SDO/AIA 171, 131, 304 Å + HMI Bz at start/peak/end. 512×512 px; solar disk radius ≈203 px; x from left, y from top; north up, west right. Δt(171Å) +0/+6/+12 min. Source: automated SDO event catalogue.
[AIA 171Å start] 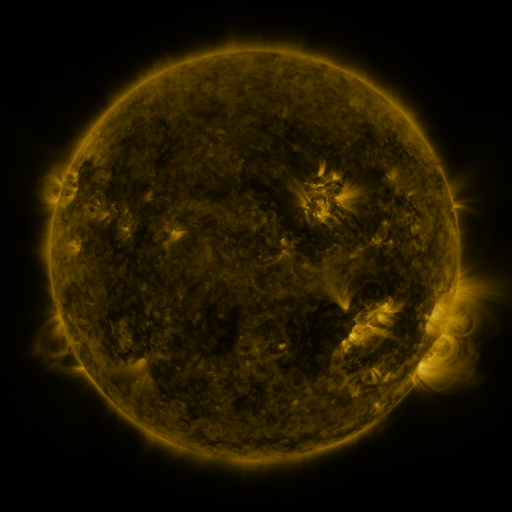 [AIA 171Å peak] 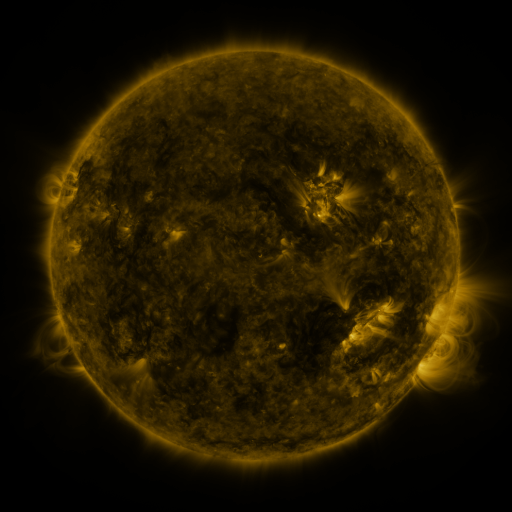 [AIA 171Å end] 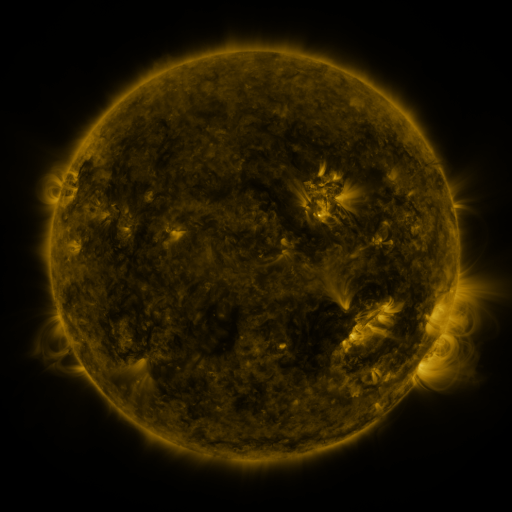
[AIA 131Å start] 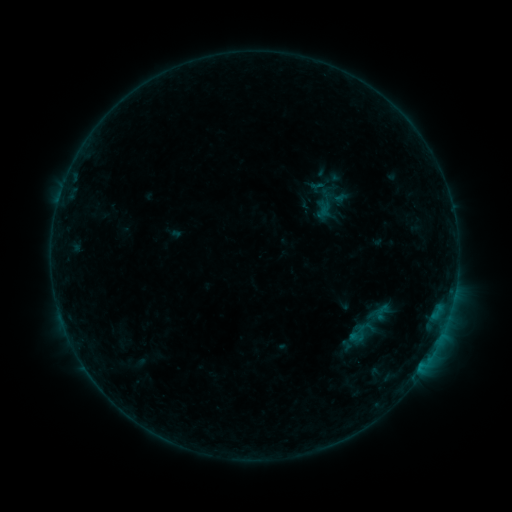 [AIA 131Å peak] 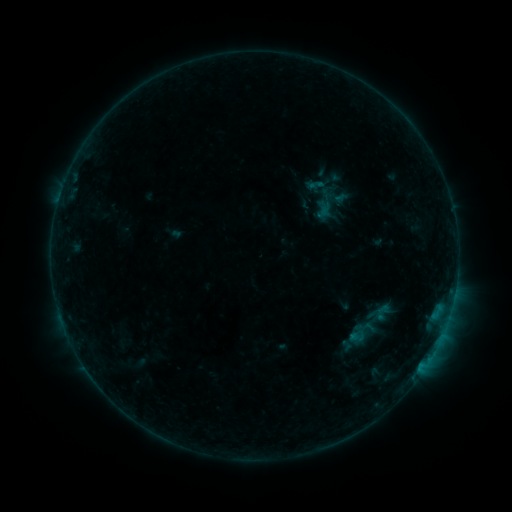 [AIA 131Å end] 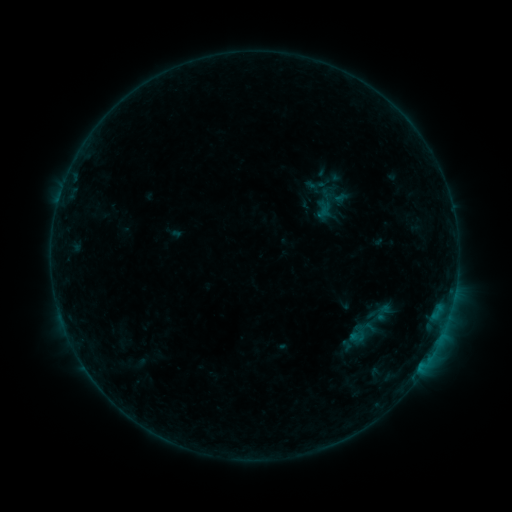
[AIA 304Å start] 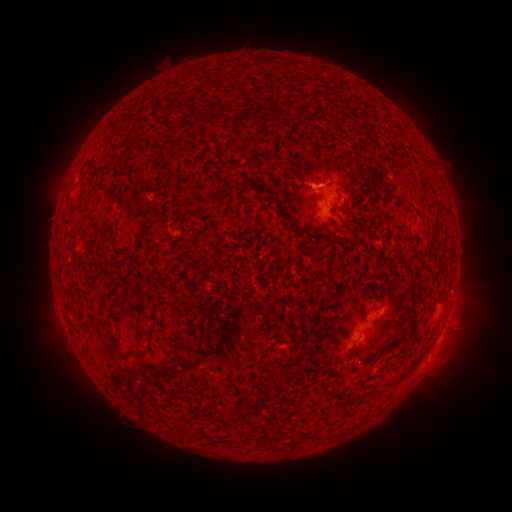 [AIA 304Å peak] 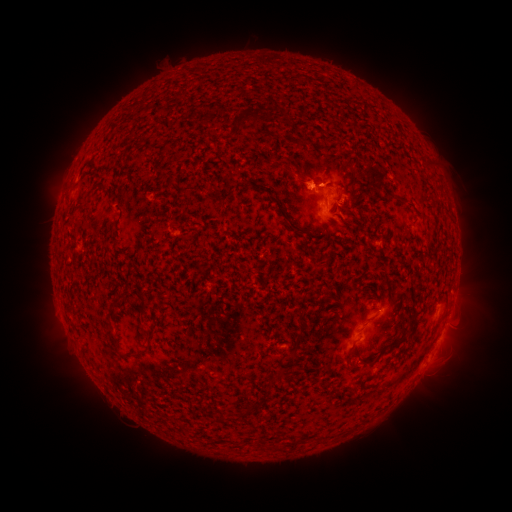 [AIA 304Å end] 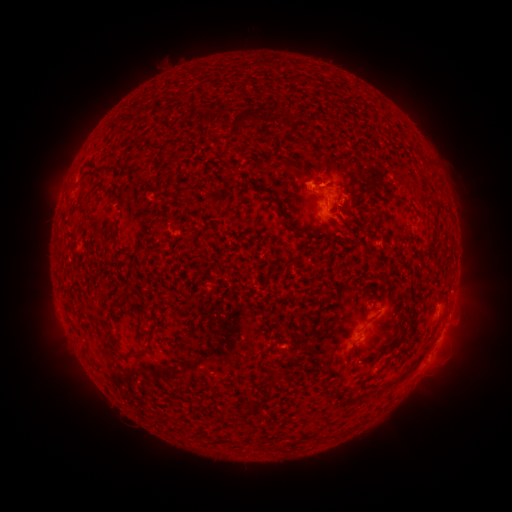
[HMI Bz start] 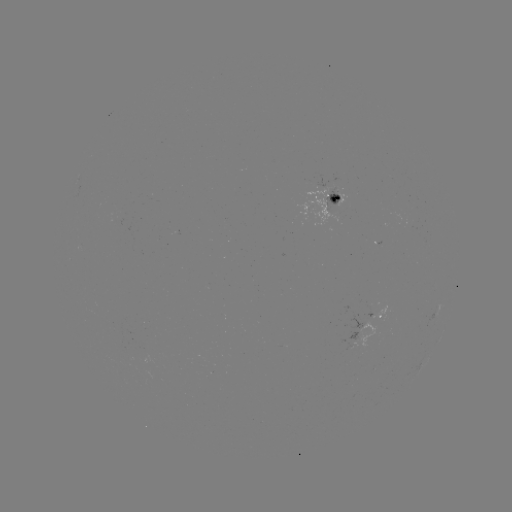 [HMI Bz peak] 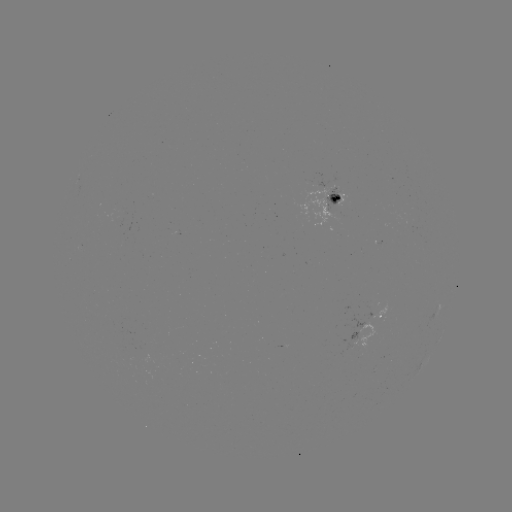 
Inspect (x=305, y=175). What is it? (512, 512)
eruption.